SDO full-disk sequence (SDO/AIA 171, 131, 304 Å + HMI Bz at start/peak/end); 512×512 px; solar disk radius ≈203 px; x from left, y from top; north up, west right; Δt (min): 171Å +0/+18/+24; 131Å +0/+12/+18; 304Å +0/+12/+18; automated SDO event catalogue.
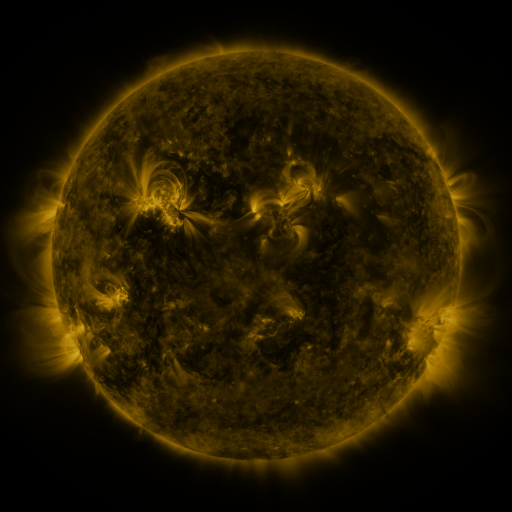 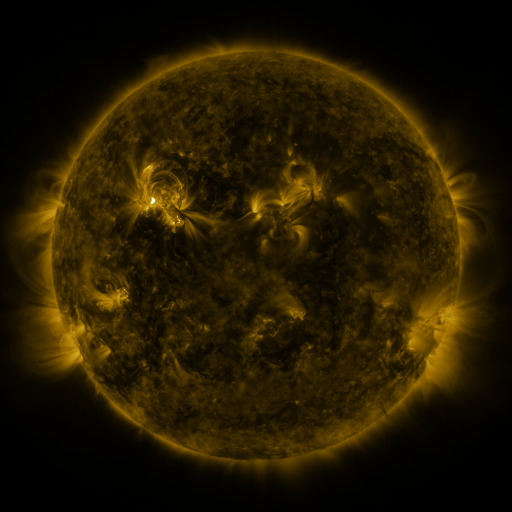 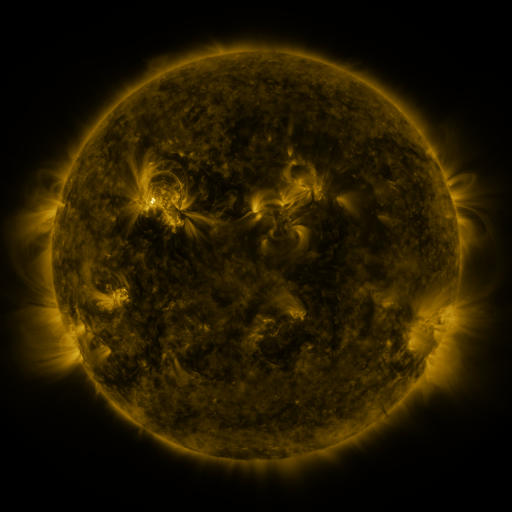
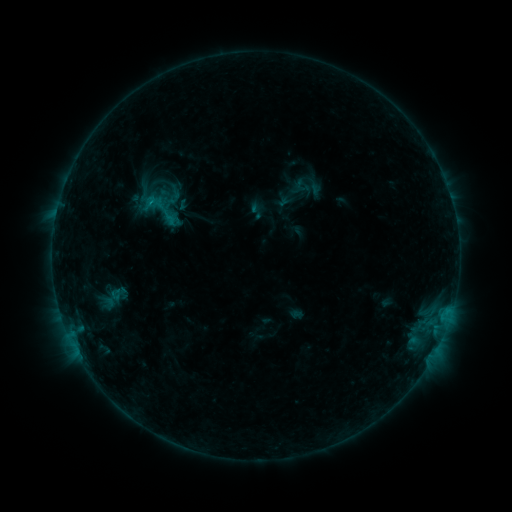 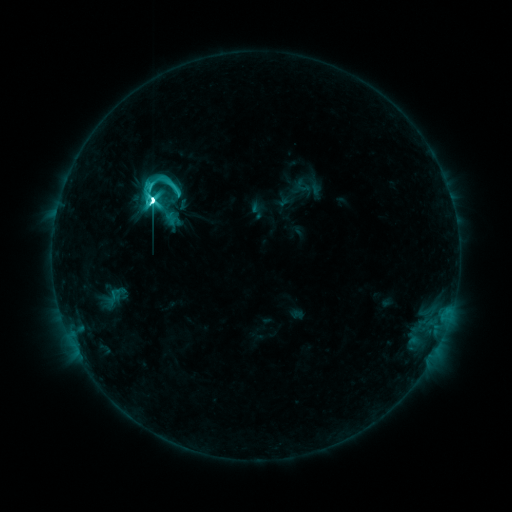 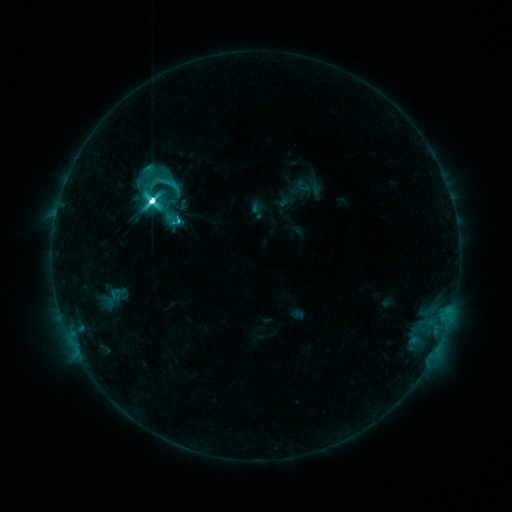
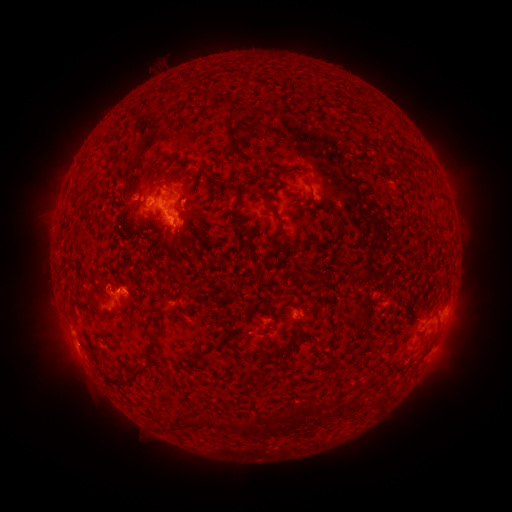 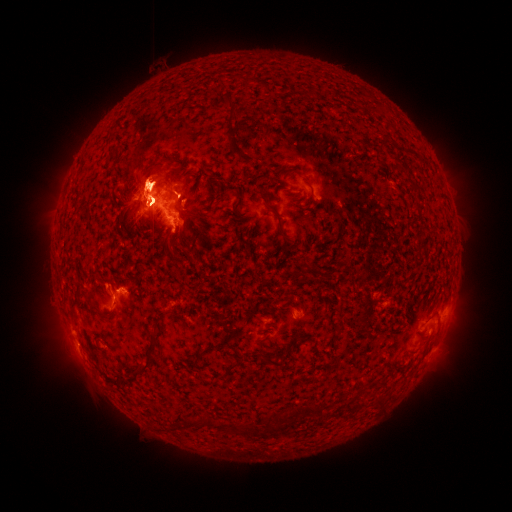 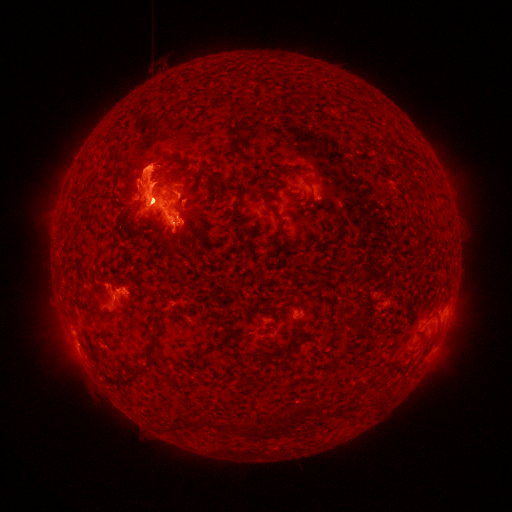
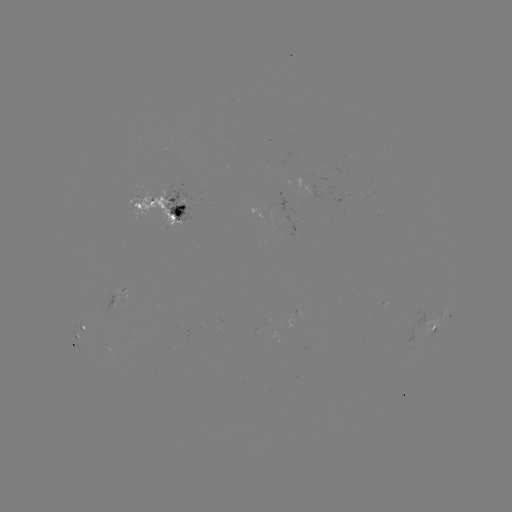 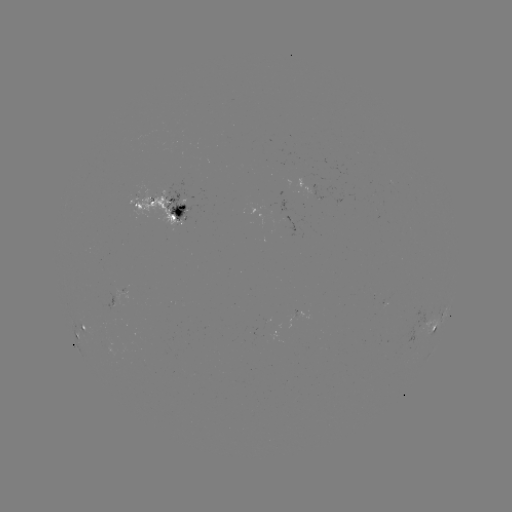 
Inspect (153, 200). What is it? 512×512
M4.7 flare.